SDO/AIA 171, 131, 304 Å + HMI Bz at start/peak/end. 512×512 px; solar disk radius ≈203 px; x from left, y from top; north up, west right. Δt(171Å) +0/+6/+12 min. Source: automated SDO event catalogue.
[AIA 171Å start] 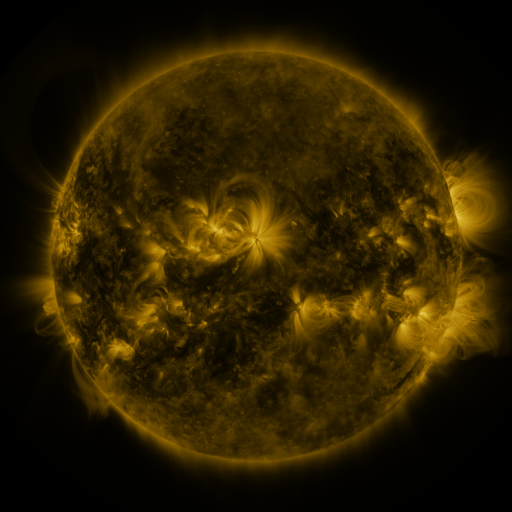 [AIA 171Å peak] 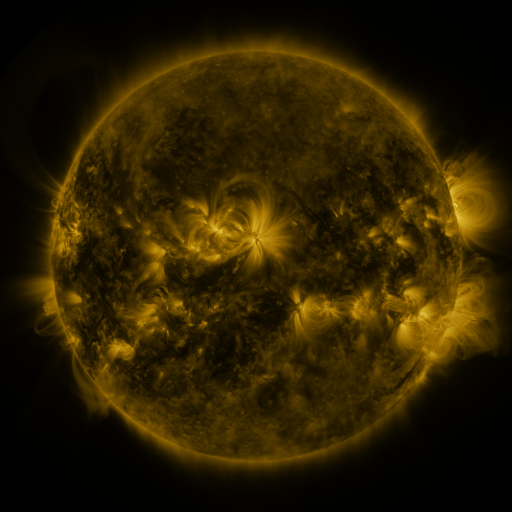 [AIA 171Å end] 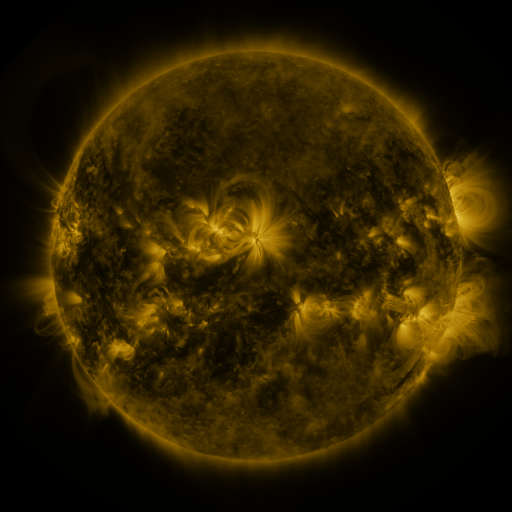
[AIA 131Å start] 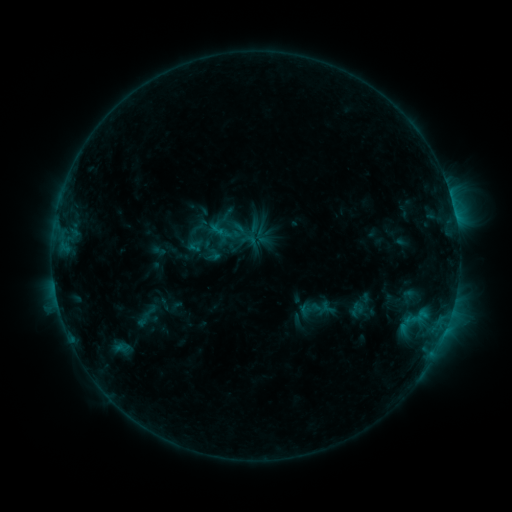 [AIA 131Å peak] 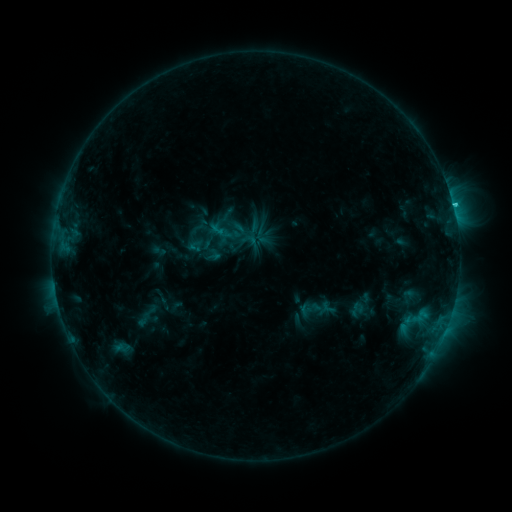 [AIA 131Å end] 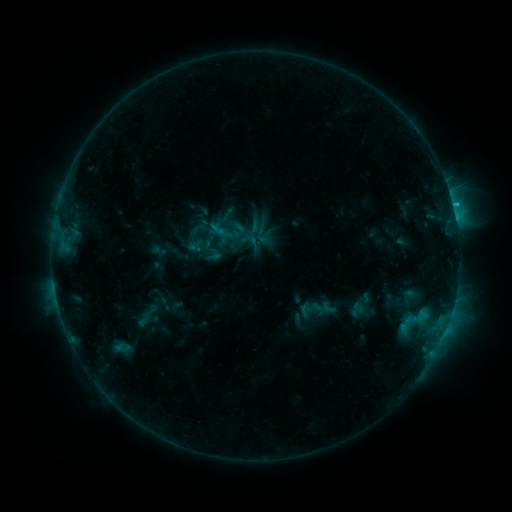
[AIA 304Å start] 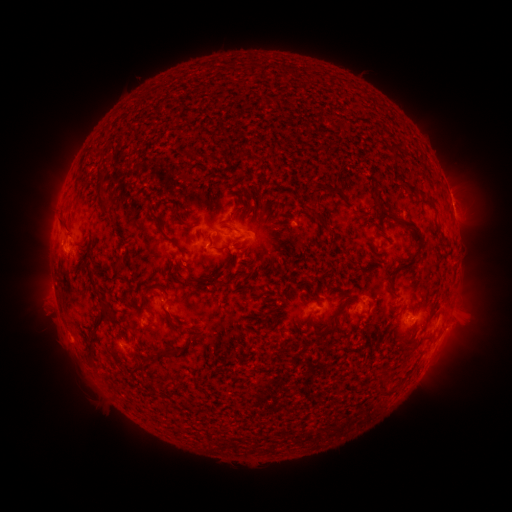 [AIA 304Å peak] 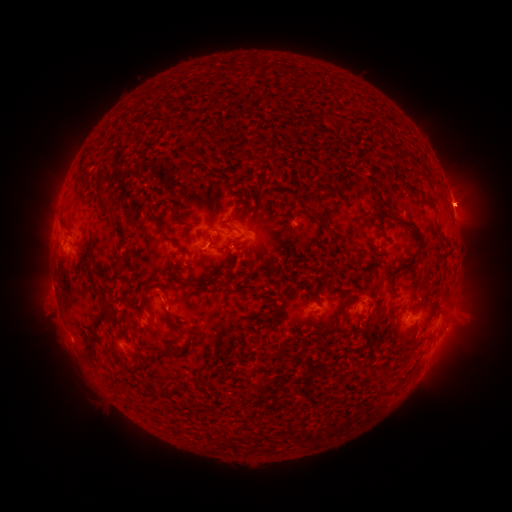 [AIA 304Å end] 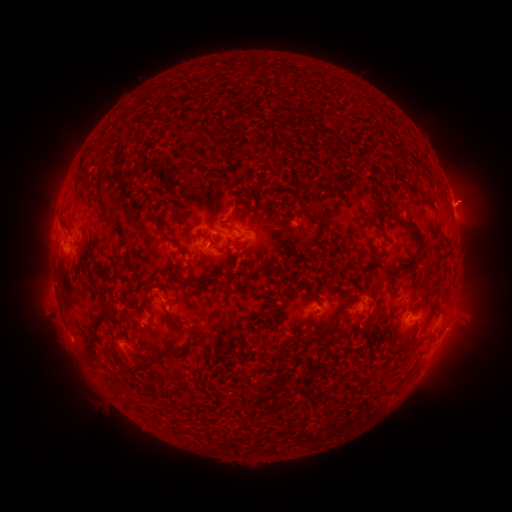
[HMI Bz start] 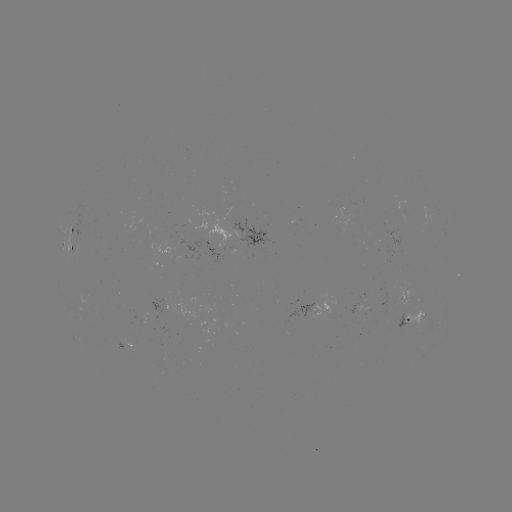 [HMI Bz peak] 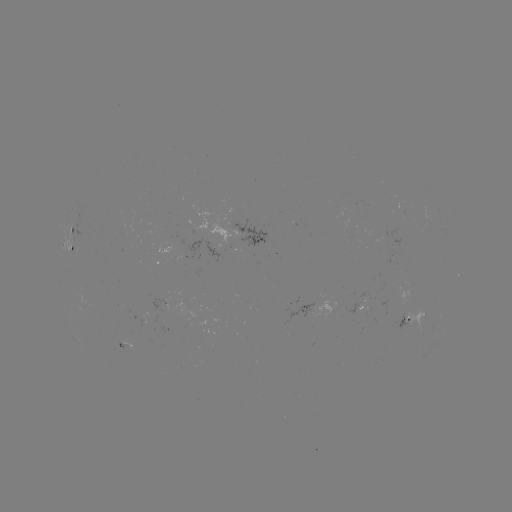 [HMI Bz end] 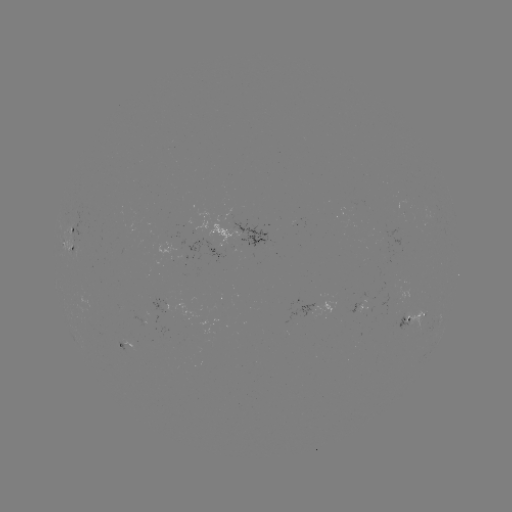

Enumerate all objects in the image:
C1.4 flare: (453, 208)
